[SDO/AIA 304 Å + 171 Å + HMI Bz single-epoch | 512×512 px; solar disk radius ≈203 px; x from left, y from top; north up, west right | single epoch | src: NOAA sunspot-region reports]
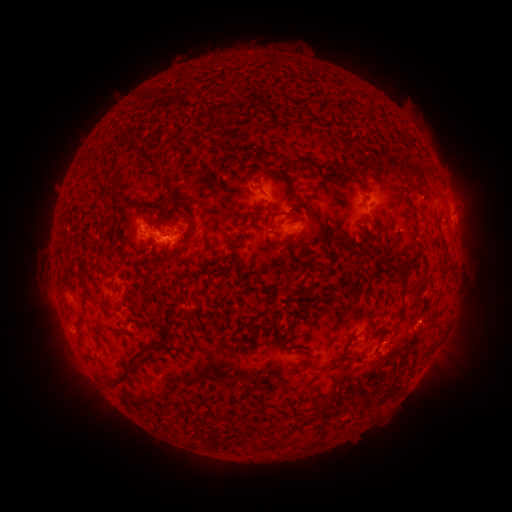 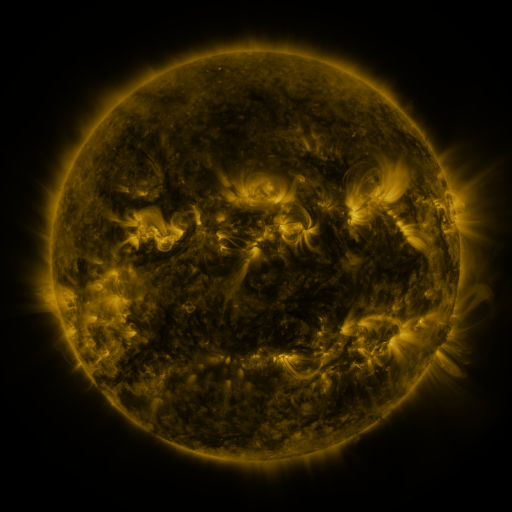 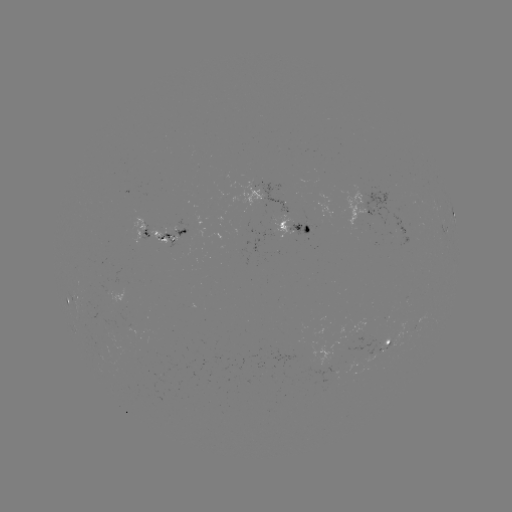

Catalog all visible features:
spotted active region: (266, 197)
spotted active region: (366, 213)
spotted active region: (454, 218)
spotted active region: (294, 228)
spotted active region: (161, 231)
spotted active region: (447, 237)
spotted active region: (383, 350)
